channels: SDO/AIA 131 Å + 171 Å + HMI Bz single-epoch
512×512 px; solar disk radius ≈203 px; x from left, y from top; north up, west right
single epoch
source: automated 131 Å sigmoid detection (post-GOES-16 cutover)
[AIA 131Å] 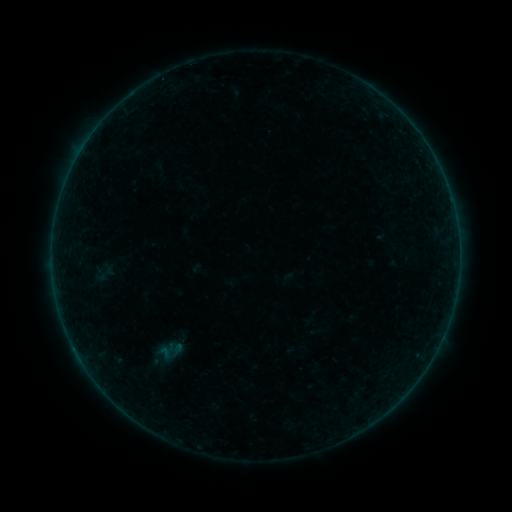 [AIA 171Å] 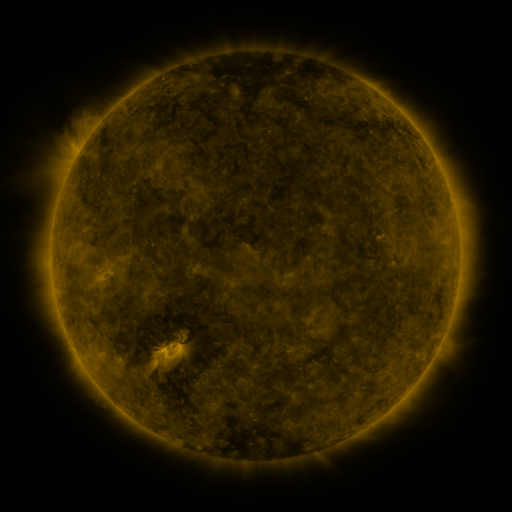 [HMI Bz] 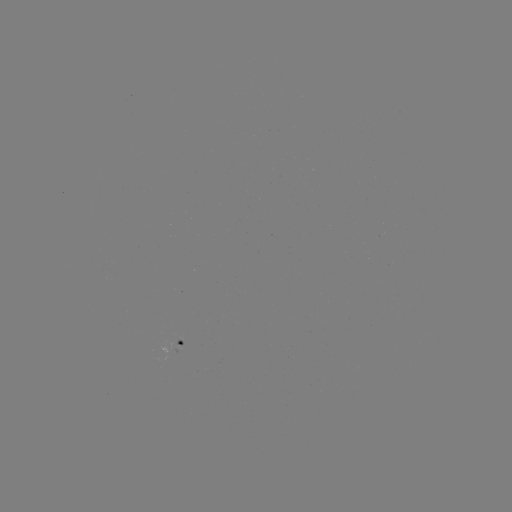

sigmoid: <bbox>97, 261, 116, 283</bbox>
